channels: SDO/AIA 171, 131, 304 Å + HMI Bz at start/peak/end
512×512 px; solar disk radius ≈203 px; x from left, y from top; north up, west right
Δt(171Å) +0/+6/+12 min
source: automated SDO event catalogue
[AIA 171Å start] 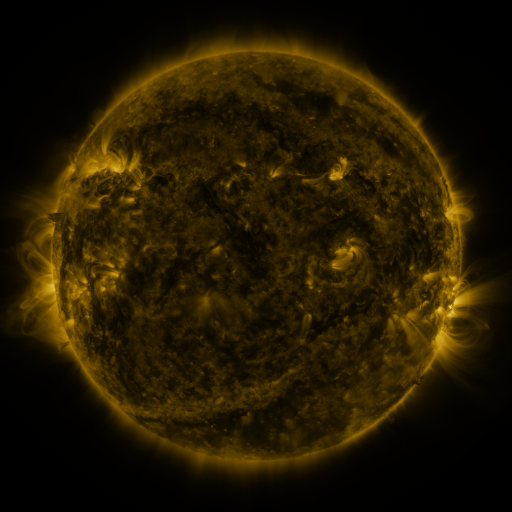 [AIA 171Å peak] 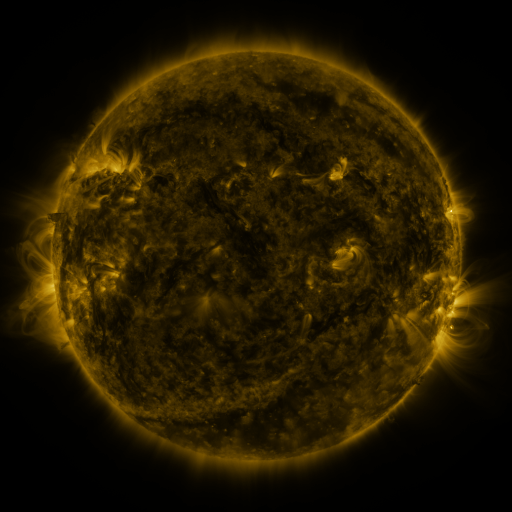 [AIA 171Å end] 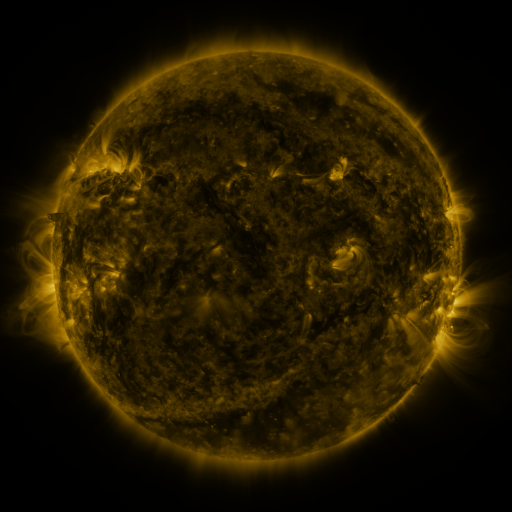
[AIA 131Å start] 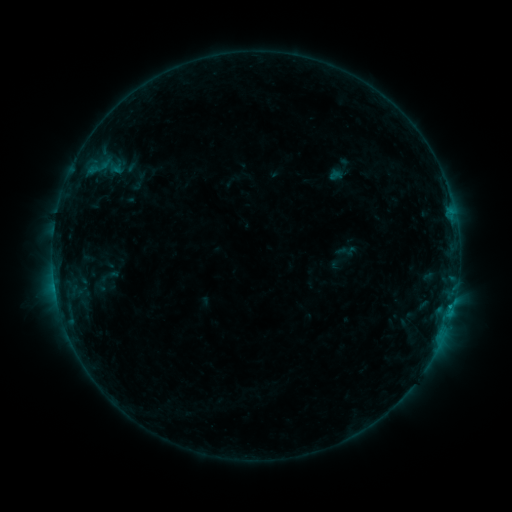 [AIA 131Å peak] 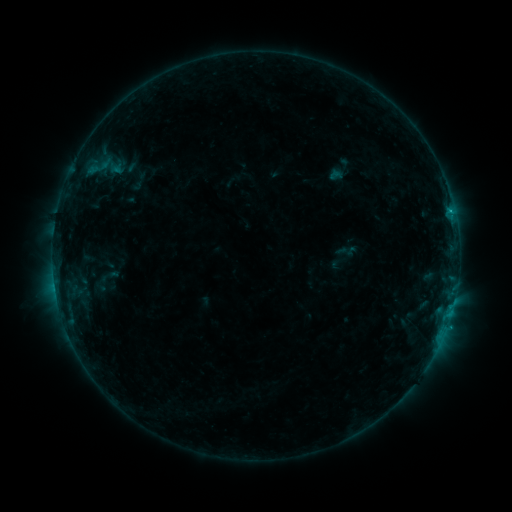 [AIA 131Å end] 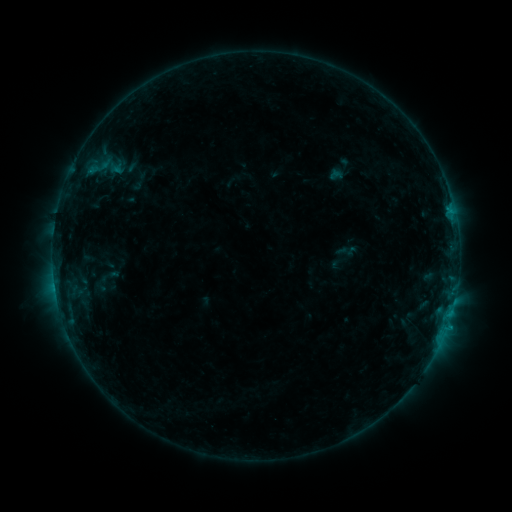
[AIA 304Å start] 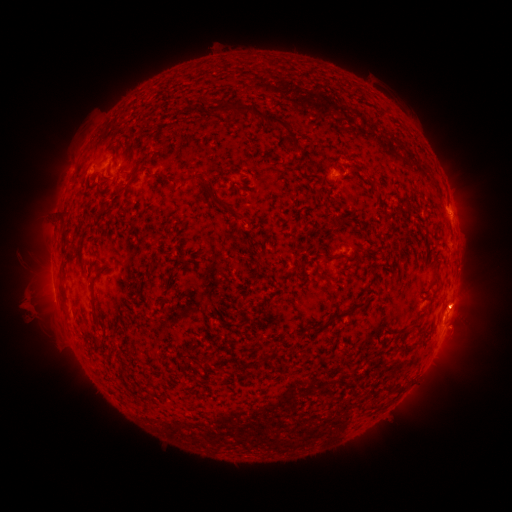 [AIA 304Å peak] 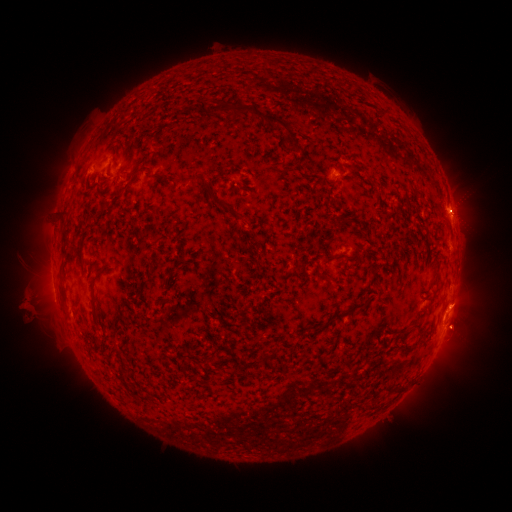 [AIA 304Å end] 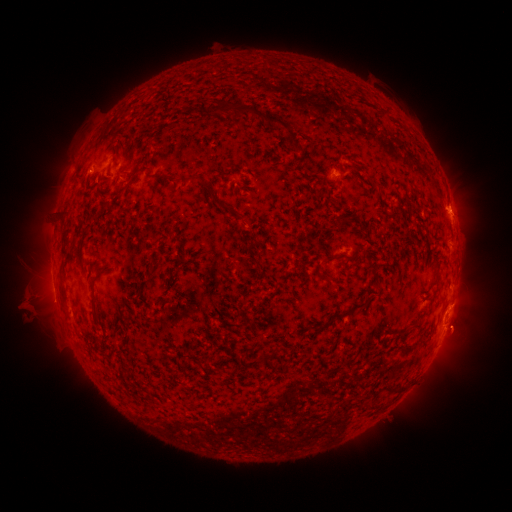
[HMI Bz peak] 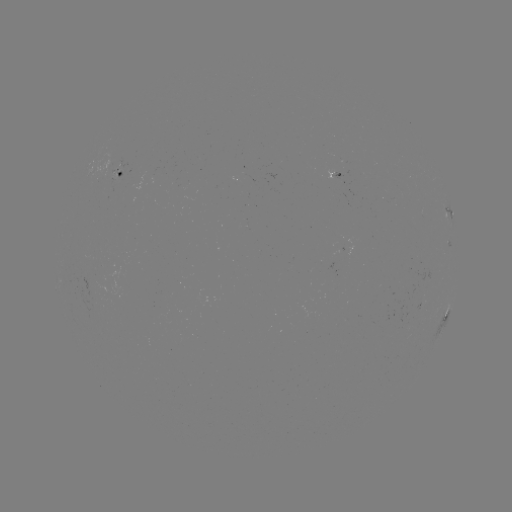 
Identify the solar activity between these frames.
eruption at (460, 332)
